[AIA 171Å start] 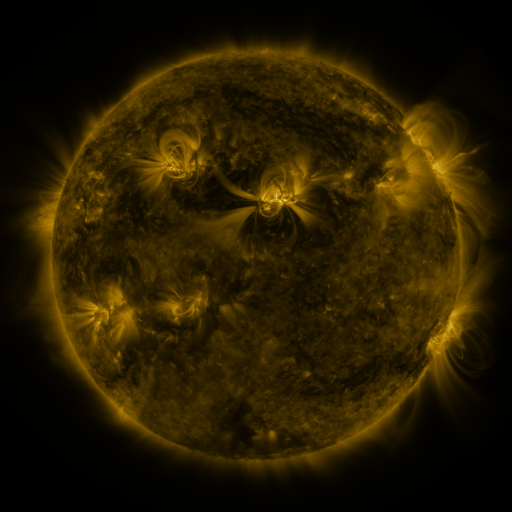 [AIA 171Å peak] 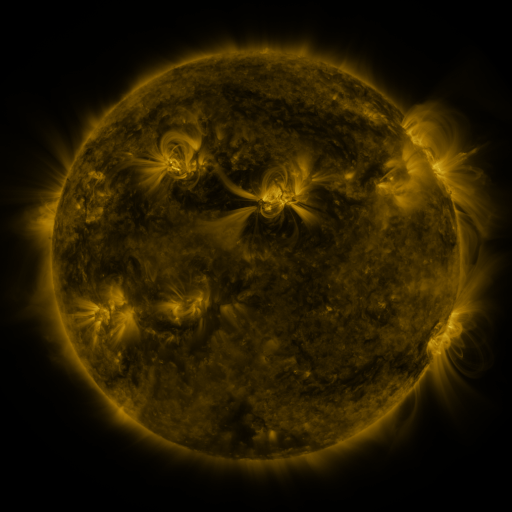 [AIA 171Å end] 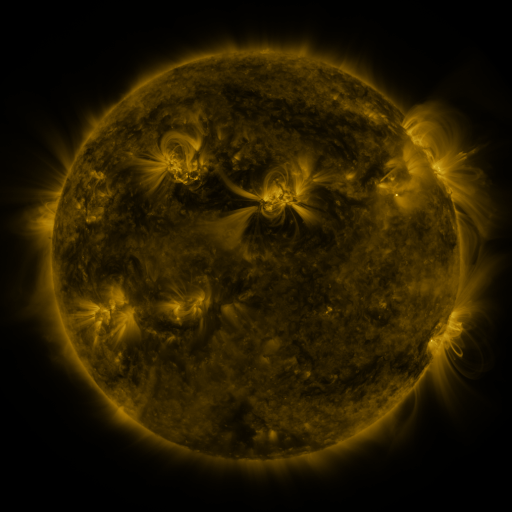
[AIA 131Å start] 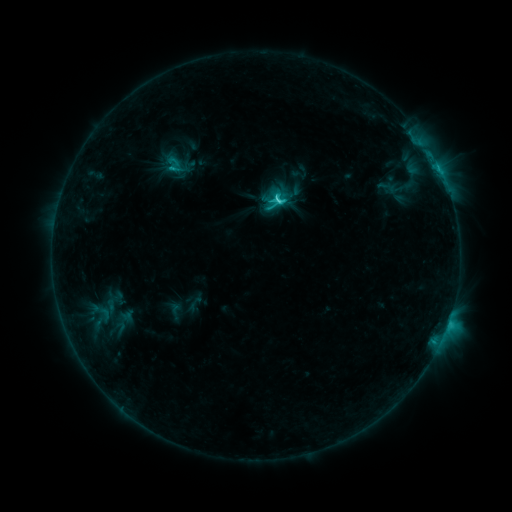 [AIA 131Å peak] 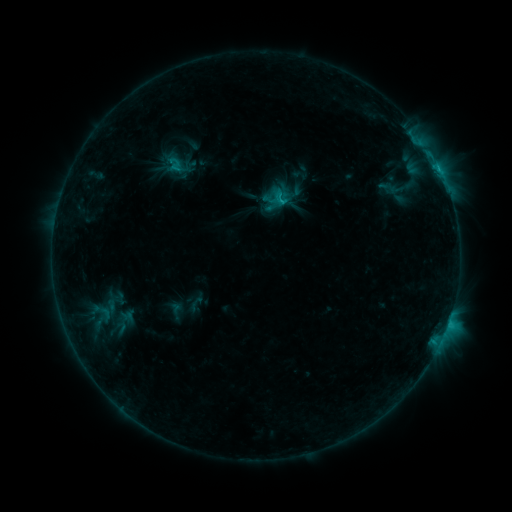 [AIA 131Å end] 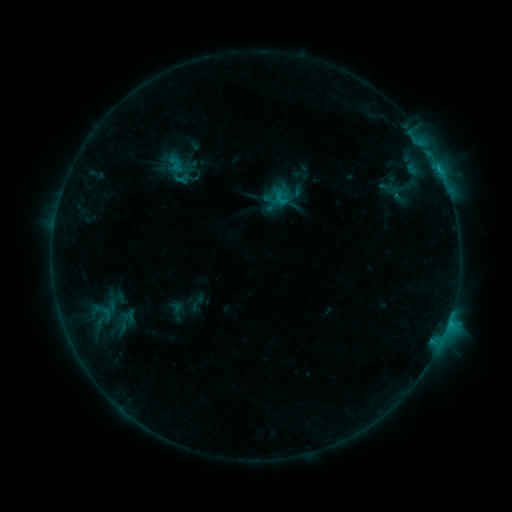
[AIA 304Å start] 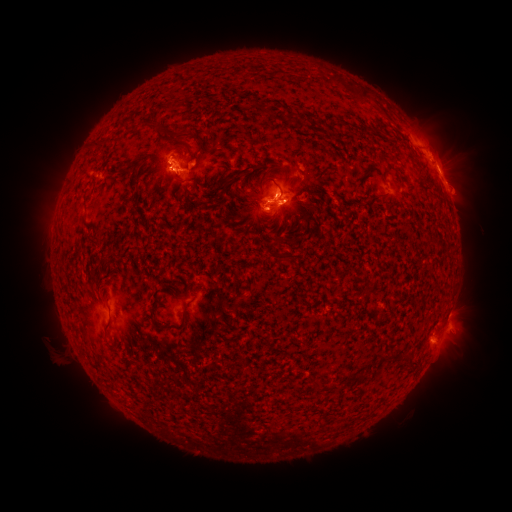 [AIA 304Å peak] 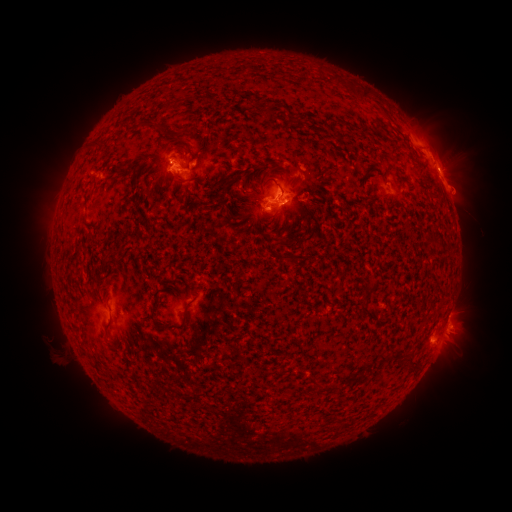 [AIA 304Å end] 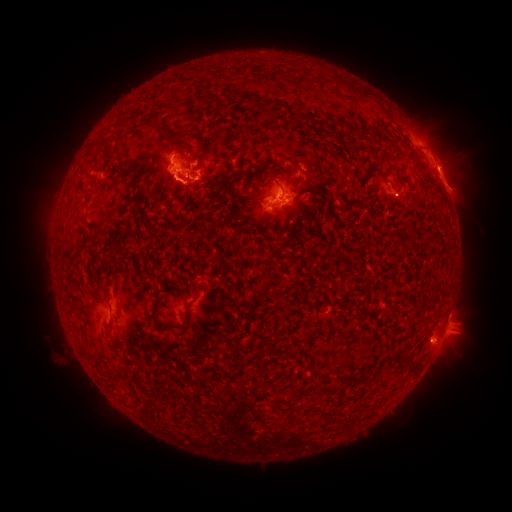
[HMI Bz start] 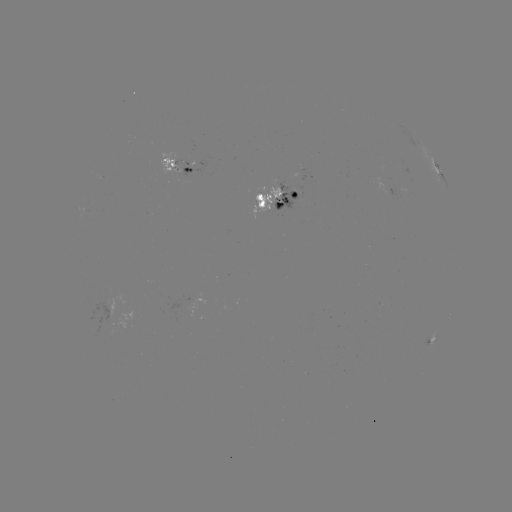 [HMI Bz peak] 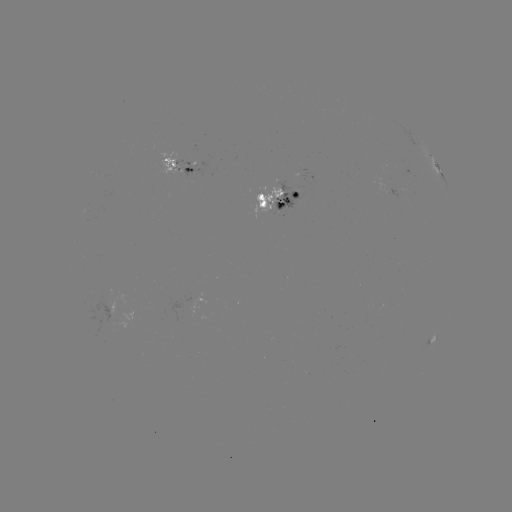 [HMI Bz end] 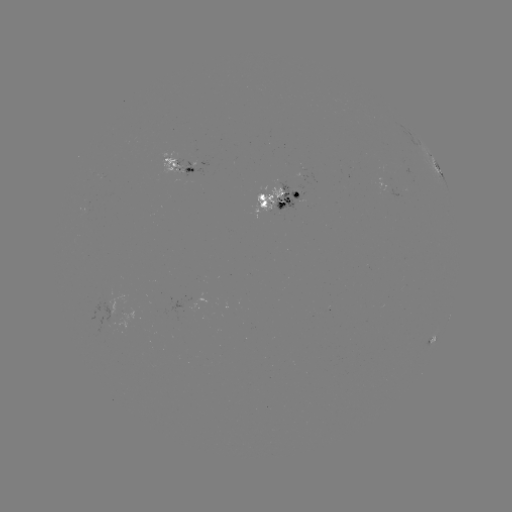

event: emerging-flux region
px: (108, 311)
